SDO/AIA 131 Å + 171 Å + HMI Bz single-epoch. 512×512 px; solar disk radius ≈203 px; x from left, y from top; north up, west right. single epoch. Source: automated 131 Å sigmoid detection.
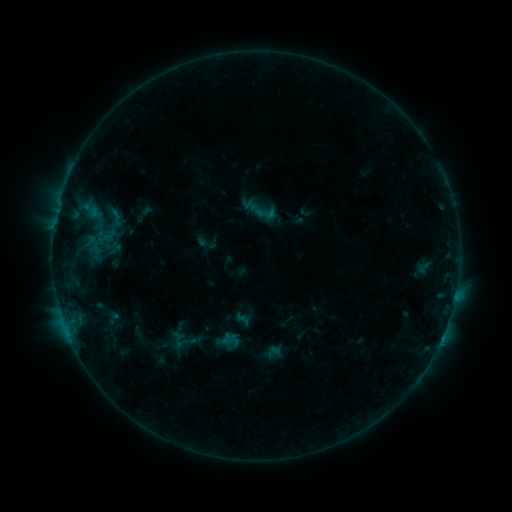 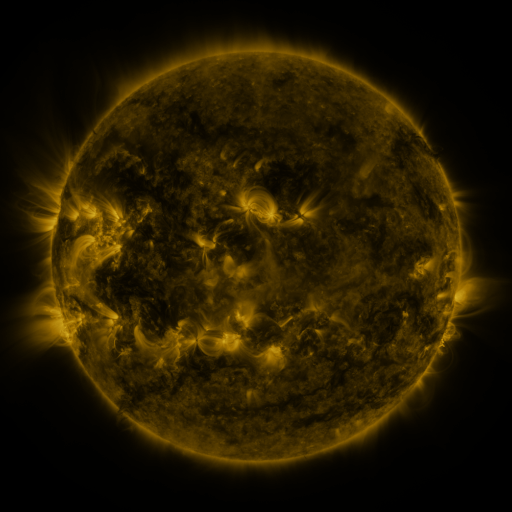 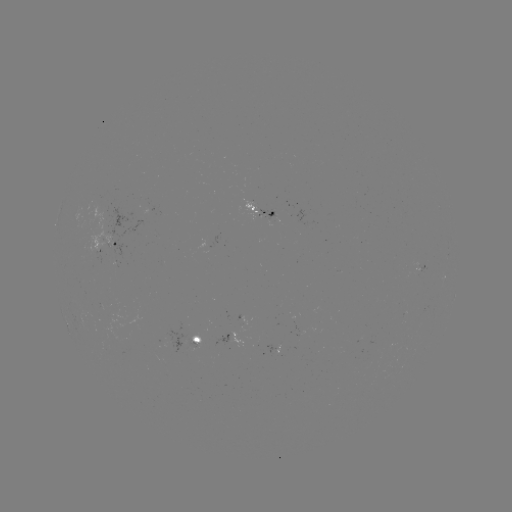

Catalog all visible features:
sigmoid: <bbox>254, 202, 278, 224</bbox>
sigmoid: <bbox>96, 223, 116, 247</bbox>
sigmoid: <bbox>198, 233, 217, 254</bbox>
